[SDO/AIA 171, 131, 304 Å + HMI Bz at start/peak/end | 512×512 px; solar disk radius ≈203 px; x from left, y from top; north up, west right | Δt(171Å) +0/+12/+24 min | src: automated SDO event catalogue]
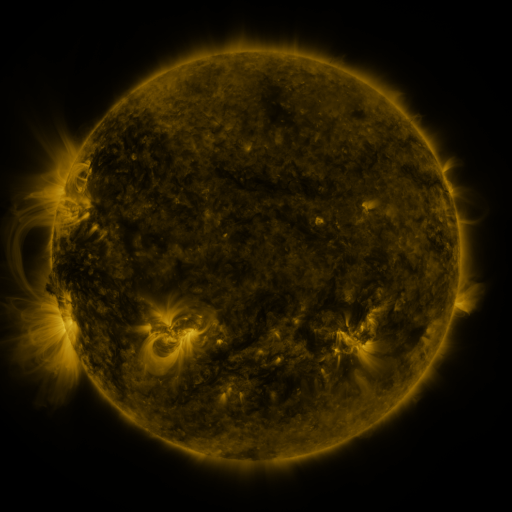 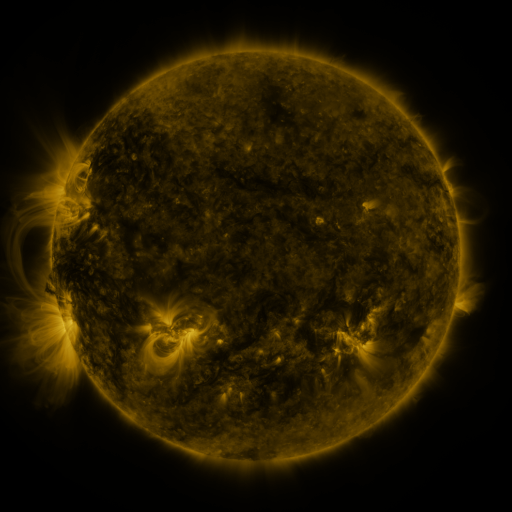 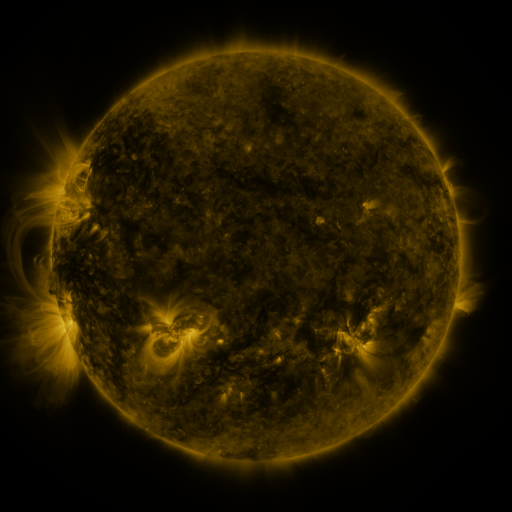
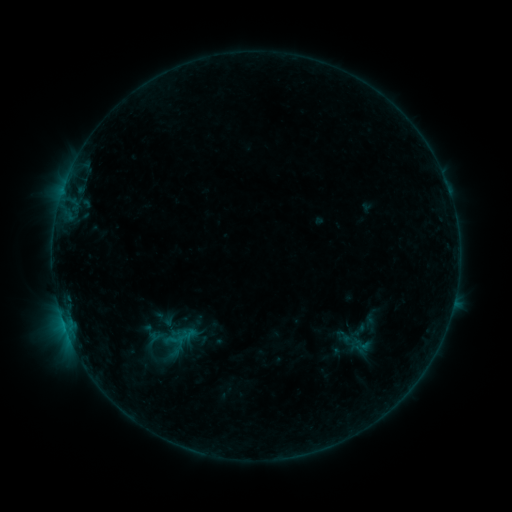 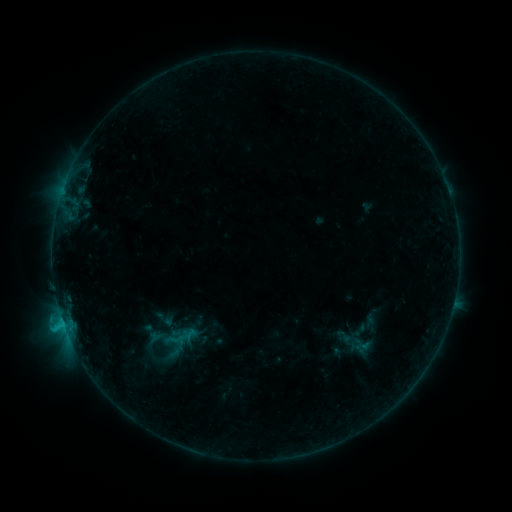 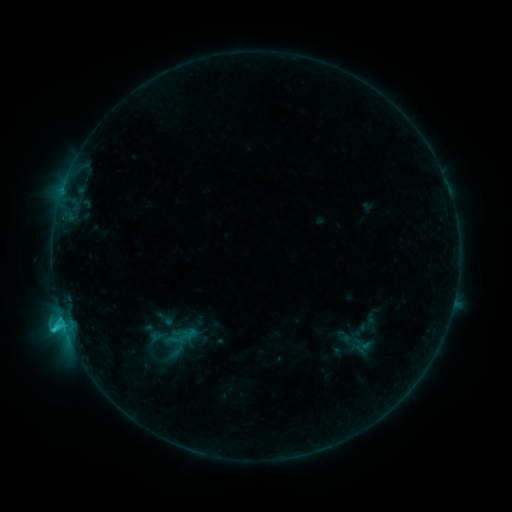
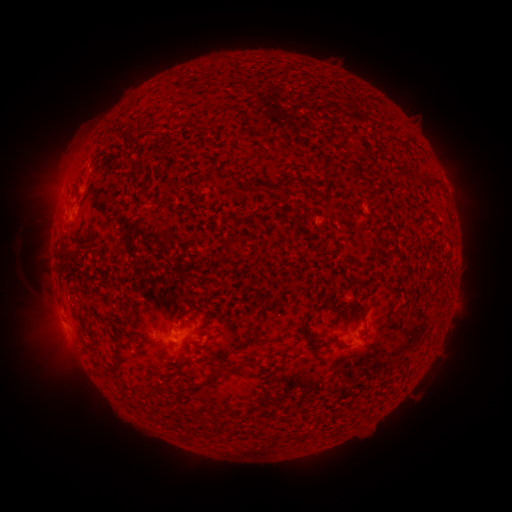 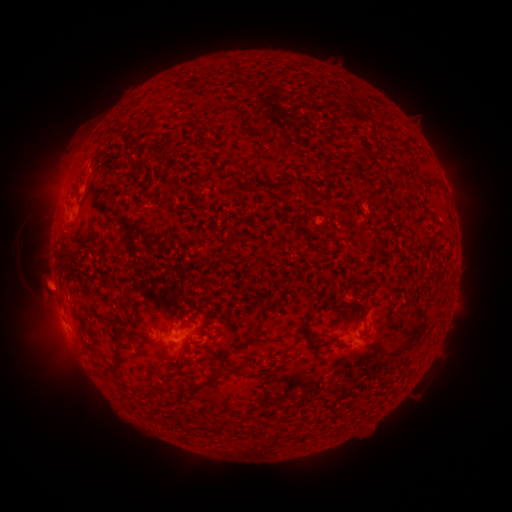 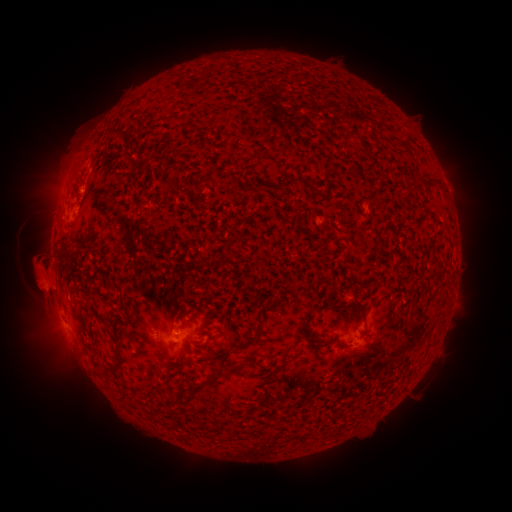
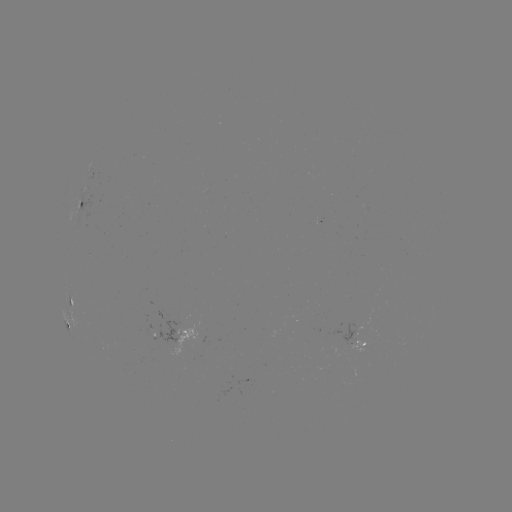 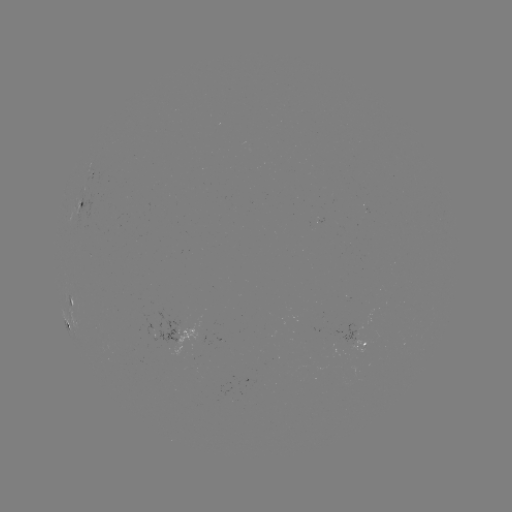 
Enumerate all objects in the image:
eruption: (38, 281)
